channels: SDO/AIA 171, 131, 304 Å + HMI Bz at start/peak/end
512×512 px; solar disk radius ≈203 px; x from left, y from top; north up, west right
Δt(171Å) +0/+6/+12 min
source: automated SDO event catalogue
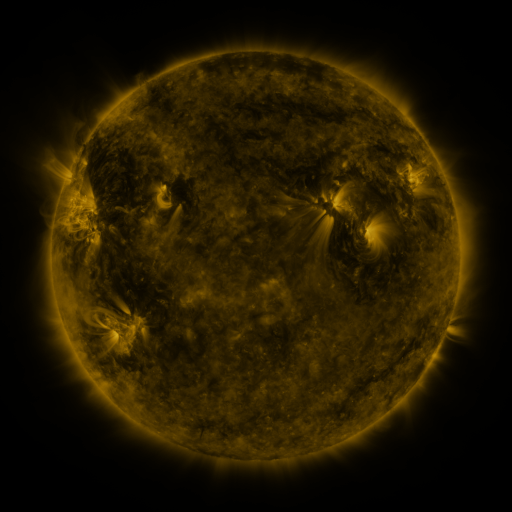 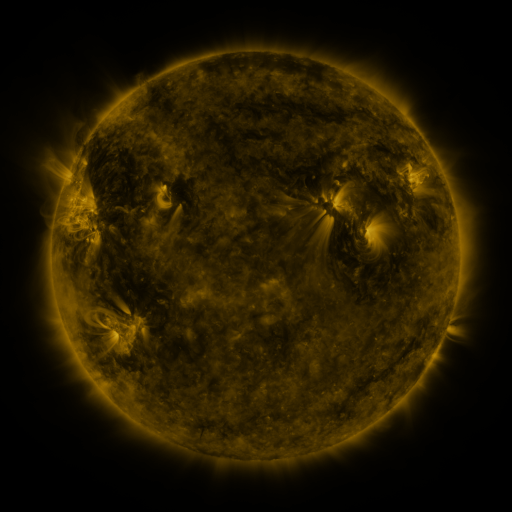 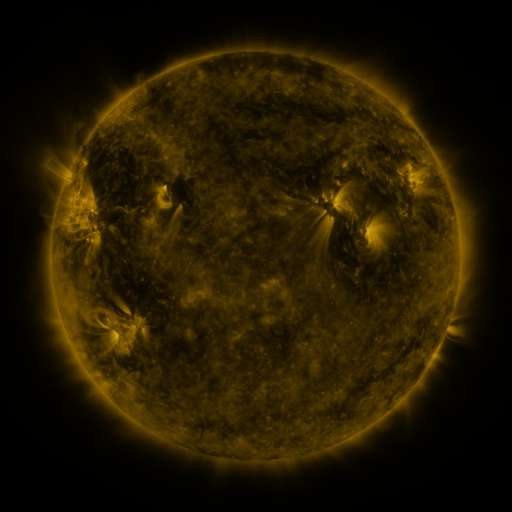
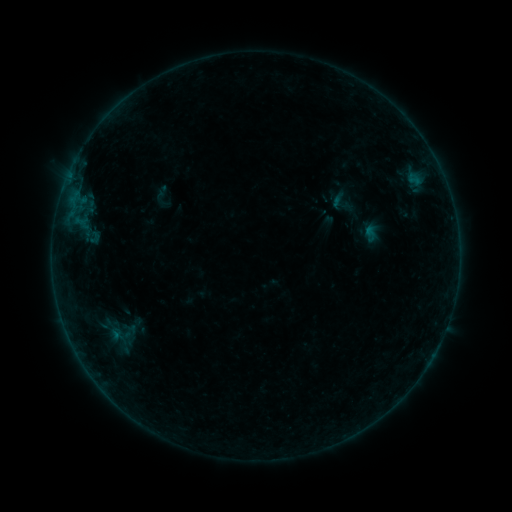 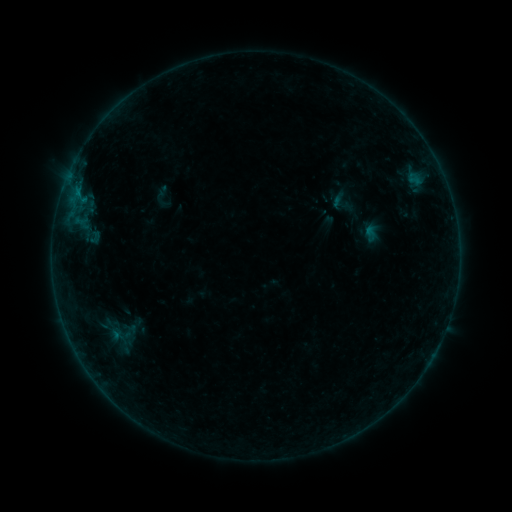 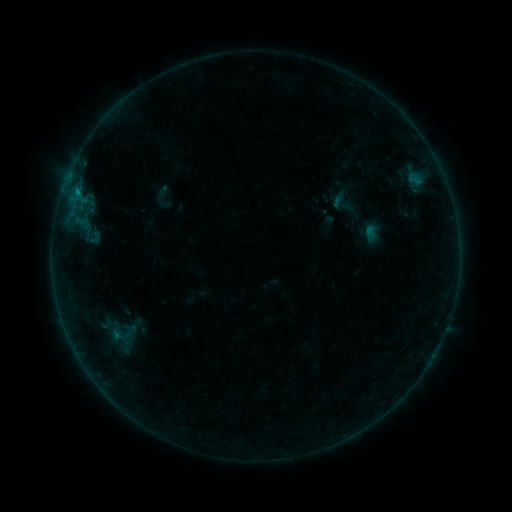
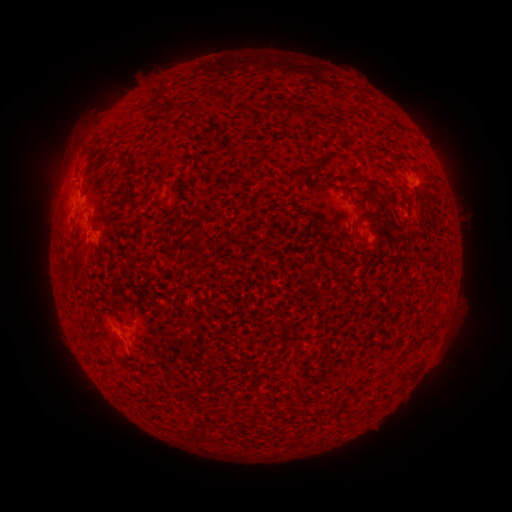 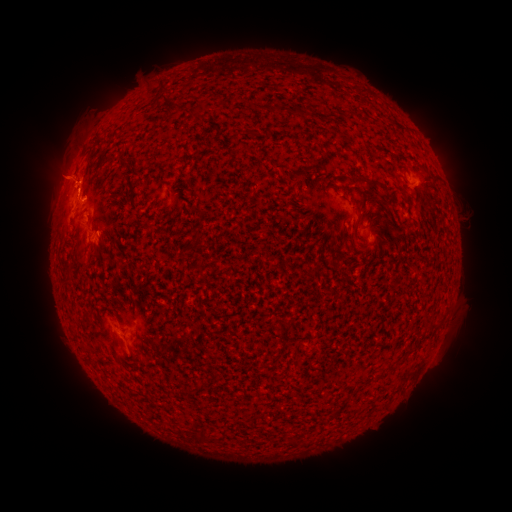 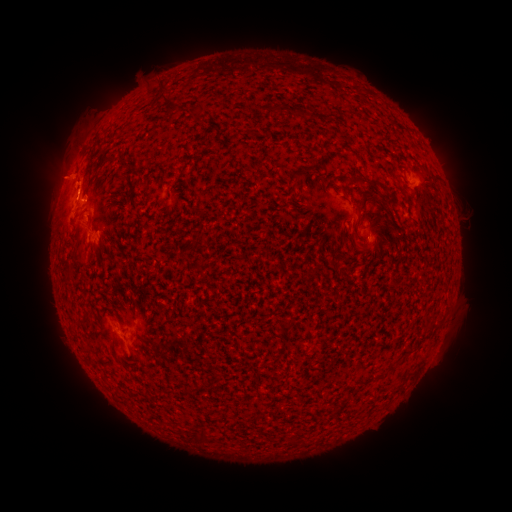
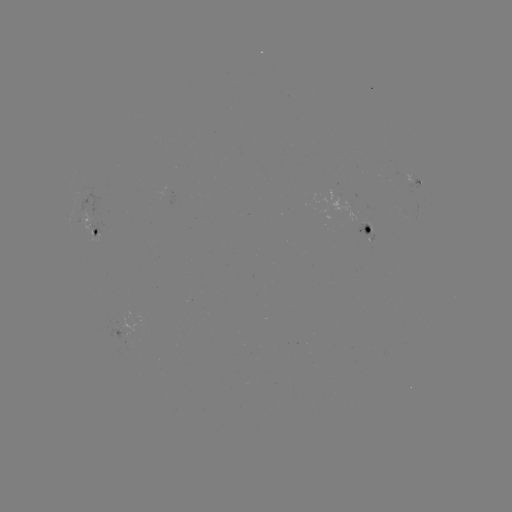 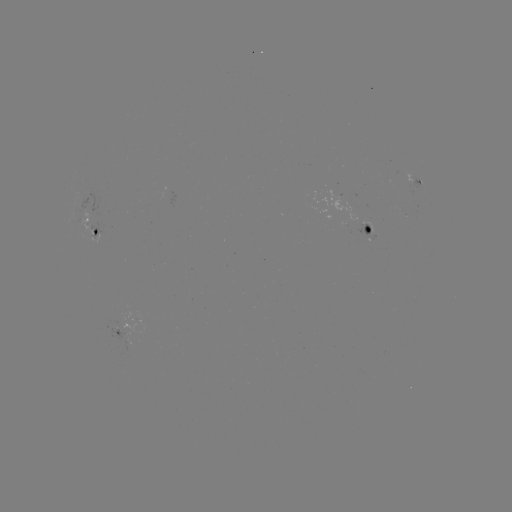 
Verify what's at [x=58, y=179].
eruption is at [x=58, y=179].